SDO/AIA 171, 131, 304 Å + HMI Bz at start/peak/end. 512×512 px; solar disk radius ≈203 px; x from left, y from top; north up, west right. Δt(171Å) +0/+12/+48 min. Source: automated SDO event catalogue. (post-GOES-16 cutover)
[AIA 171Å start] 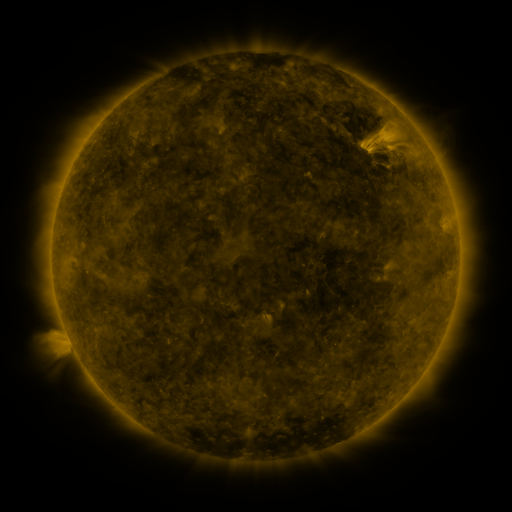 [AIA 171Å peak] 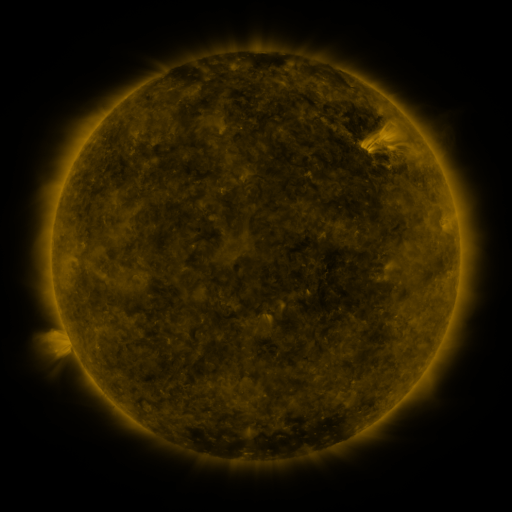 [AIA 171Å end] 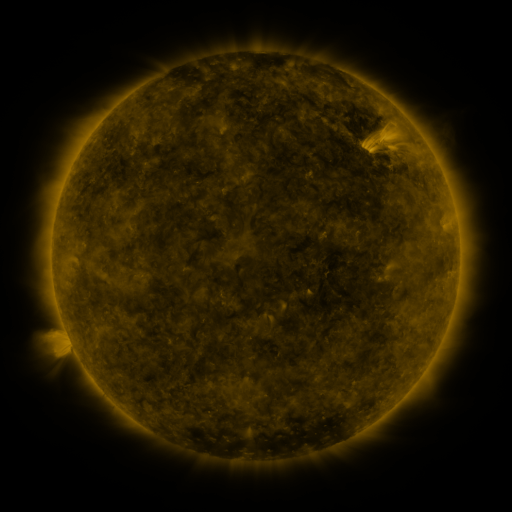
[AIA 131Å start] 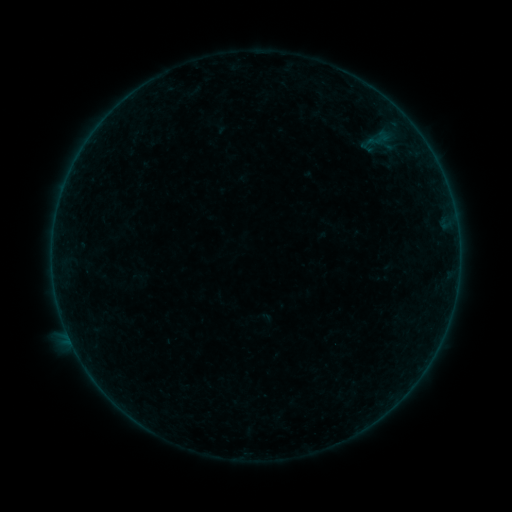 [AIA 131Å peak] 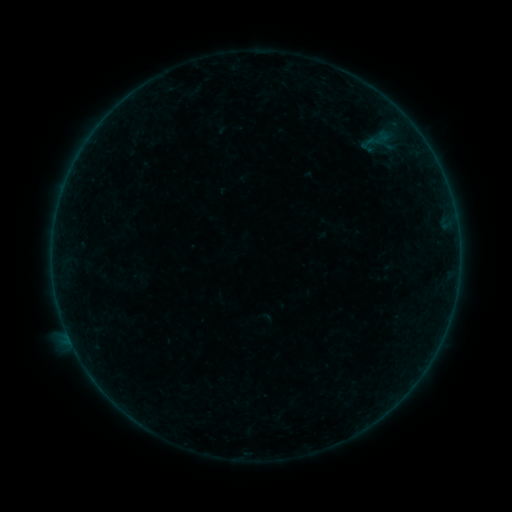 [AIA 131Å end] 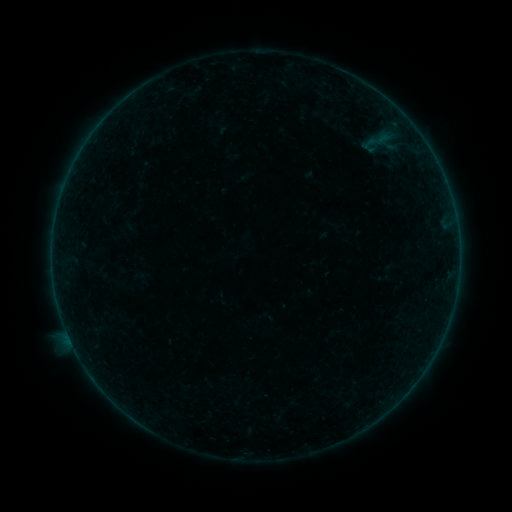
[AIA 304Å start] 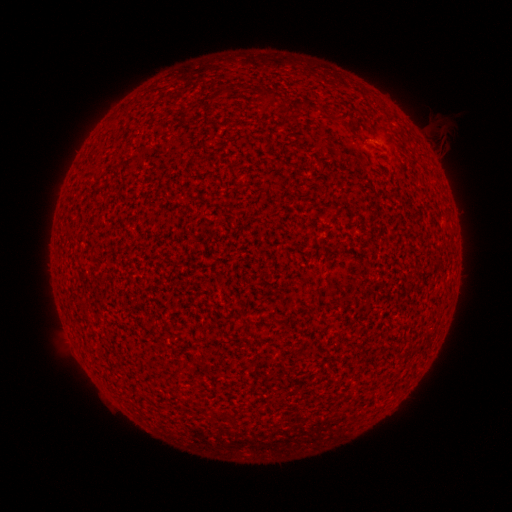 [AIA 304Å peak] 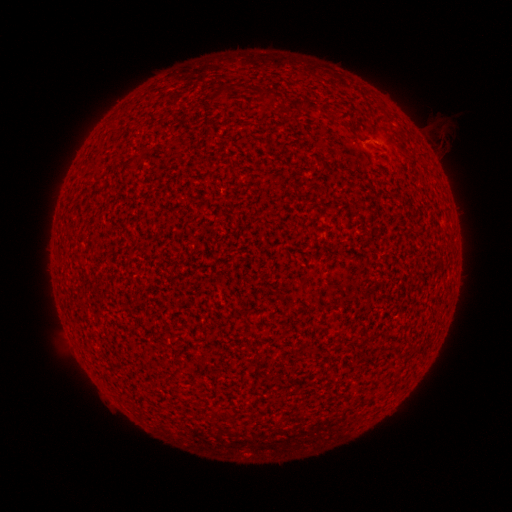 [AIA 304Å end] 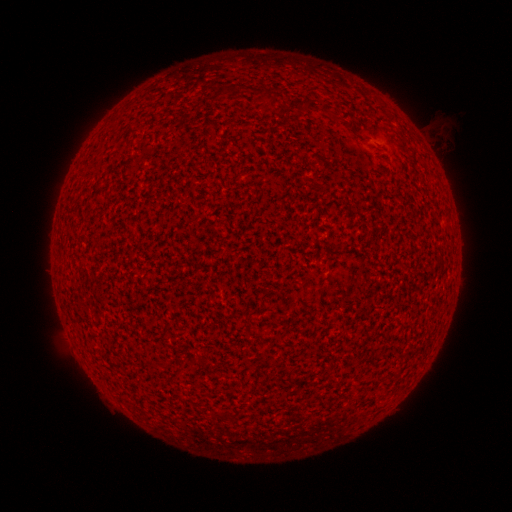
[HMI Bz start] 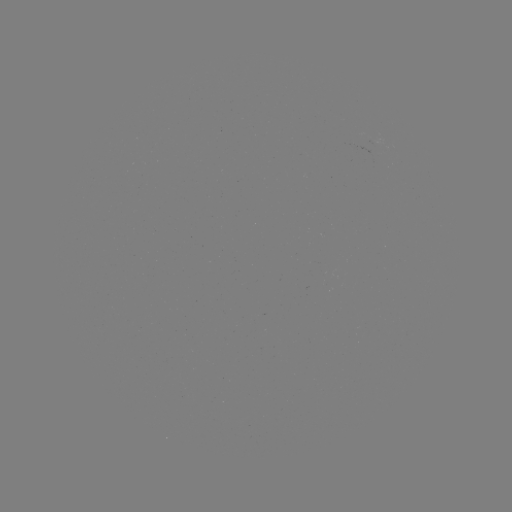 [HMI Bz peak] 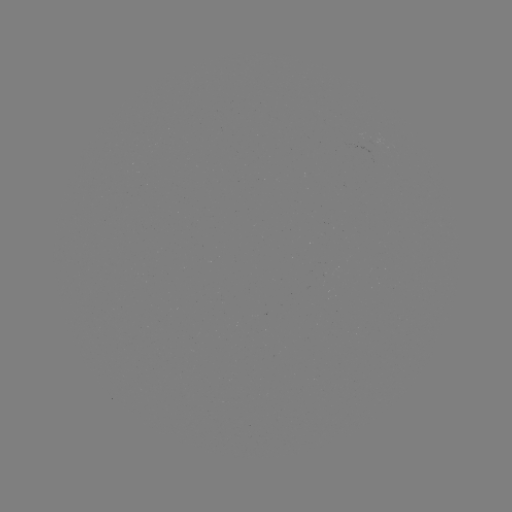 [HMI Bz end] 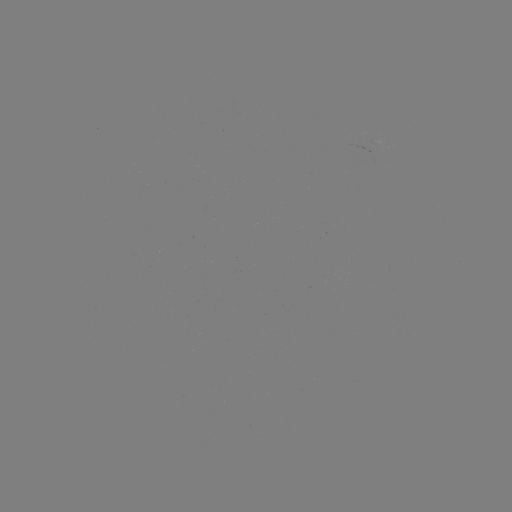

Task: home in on A1.7 flare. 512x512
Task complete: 365,142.